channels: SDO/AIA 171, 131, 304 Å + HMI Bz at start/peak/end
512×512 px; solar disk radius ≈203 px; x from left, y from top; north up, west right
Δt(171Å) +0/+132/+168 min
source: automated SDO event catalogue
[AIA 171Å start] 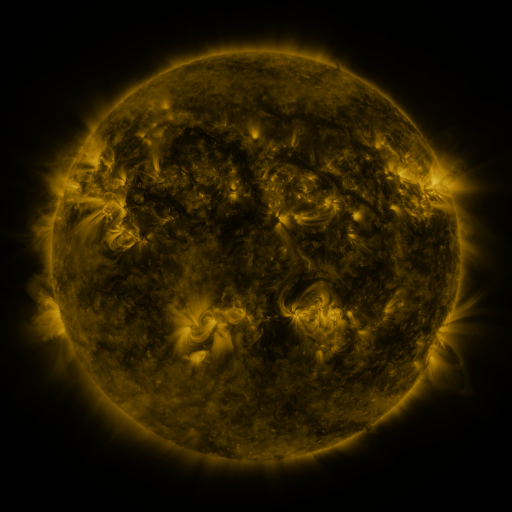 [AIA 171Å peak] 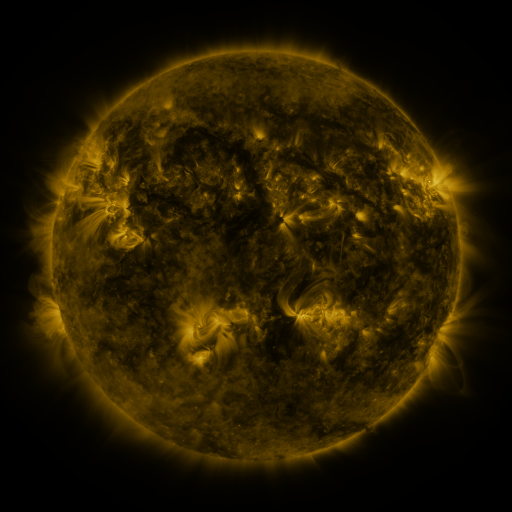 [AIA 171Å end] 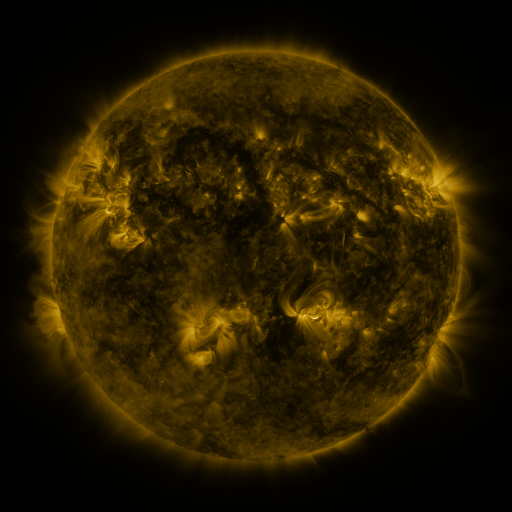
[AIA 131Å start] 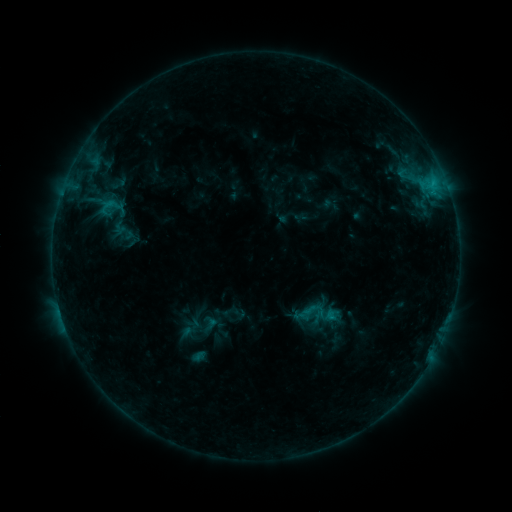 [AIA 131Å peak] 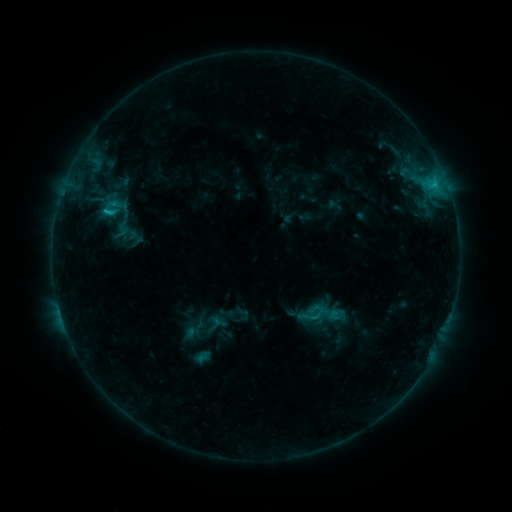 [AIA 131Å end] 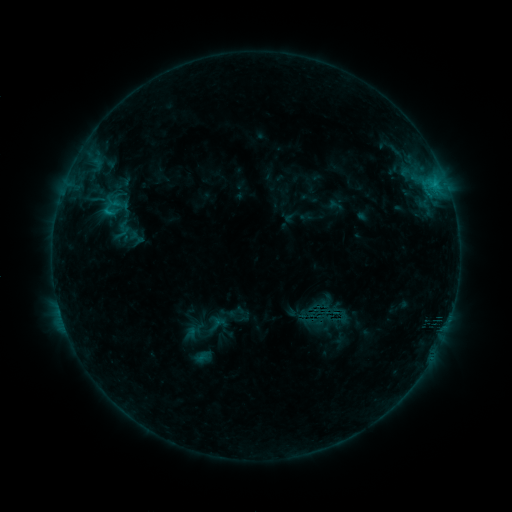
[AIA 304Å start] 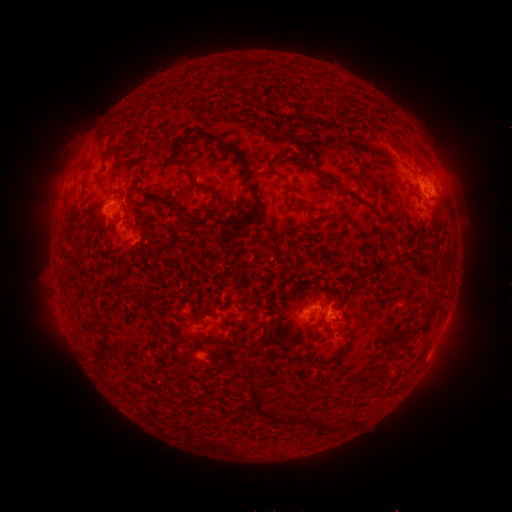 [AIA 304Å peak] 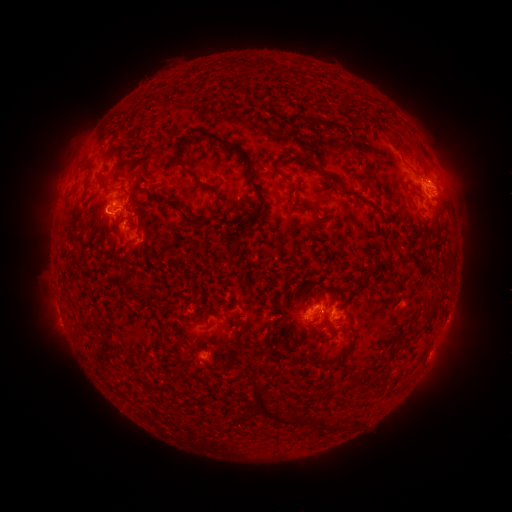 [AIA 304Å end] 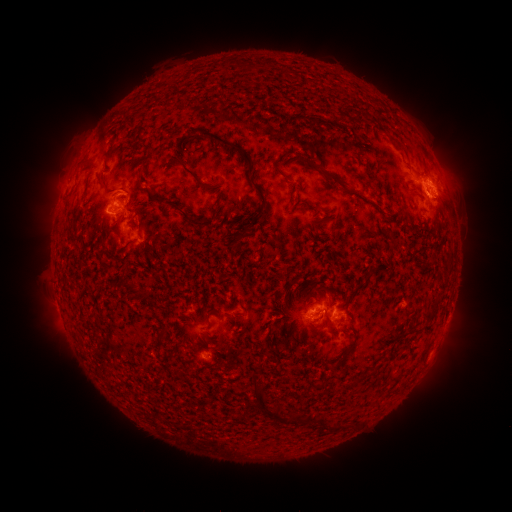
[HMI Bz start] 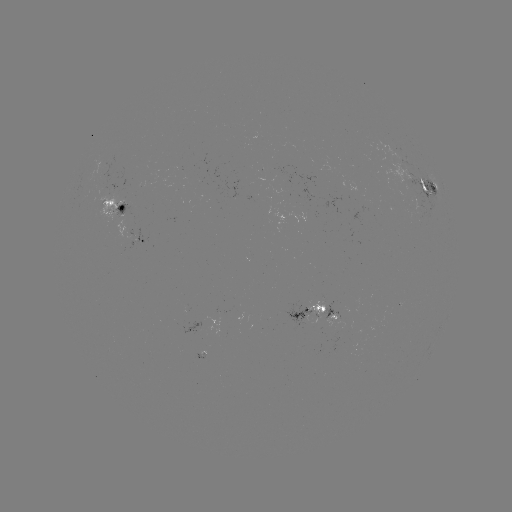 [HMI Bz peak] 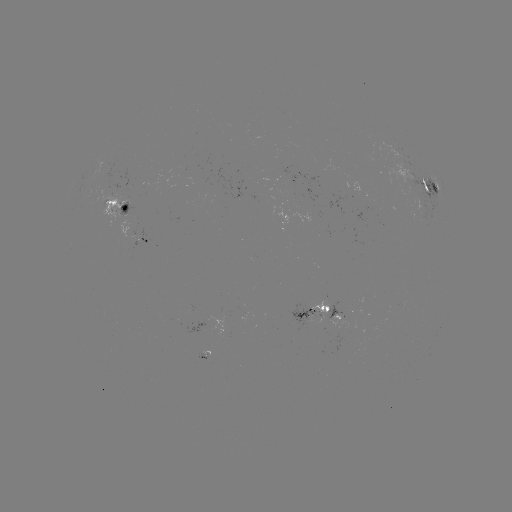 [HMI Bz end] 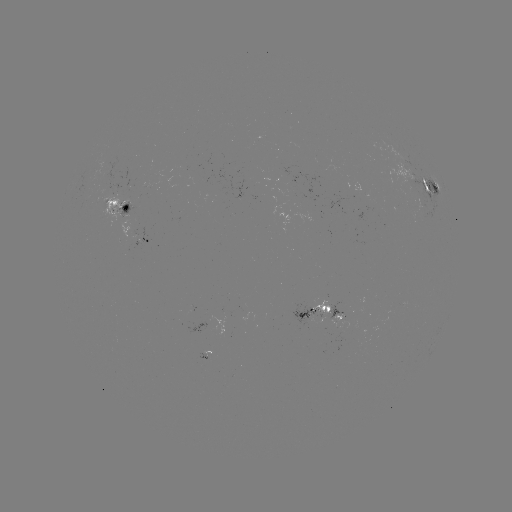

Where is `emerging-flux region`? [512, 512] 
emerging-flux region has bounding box [277, 166, 299, 179].